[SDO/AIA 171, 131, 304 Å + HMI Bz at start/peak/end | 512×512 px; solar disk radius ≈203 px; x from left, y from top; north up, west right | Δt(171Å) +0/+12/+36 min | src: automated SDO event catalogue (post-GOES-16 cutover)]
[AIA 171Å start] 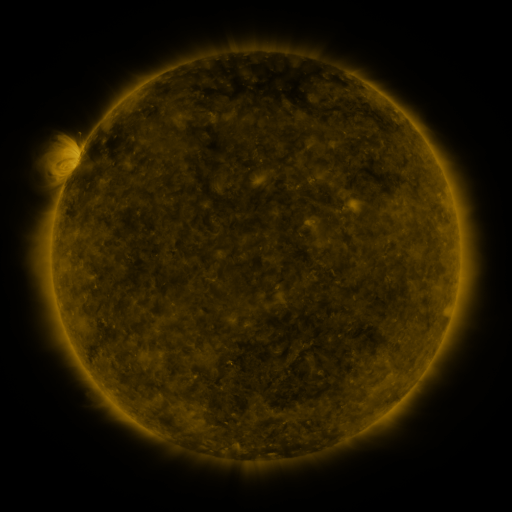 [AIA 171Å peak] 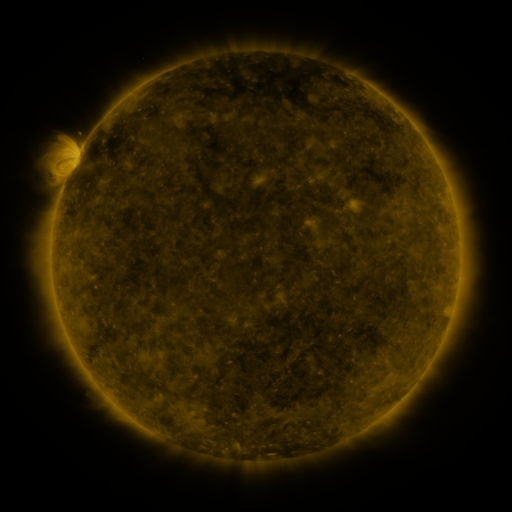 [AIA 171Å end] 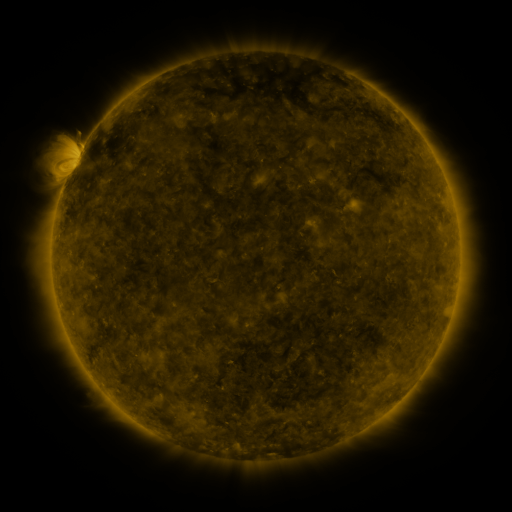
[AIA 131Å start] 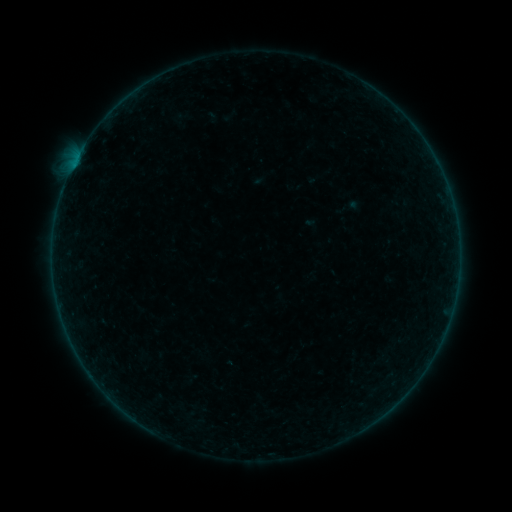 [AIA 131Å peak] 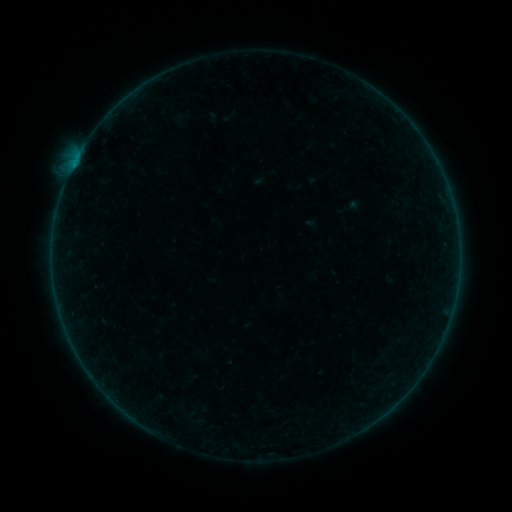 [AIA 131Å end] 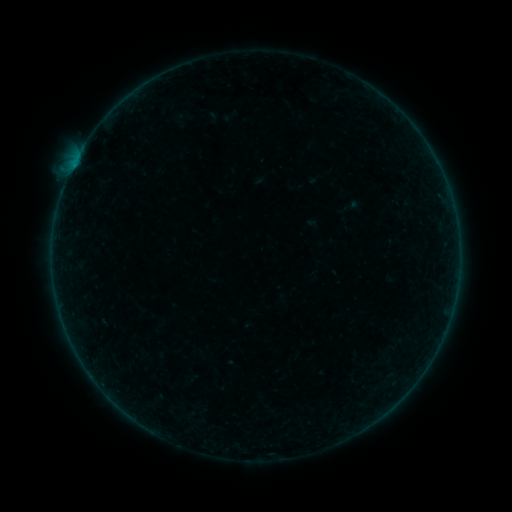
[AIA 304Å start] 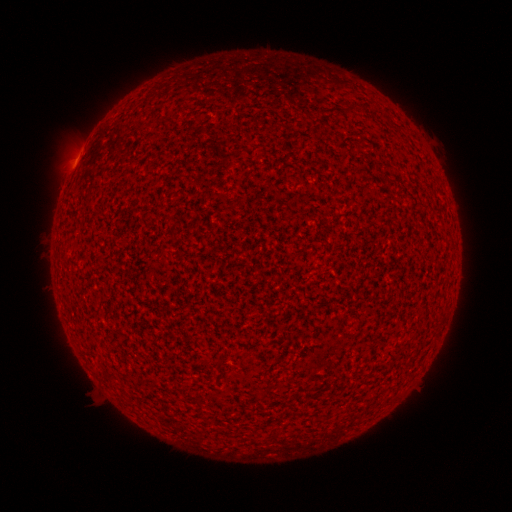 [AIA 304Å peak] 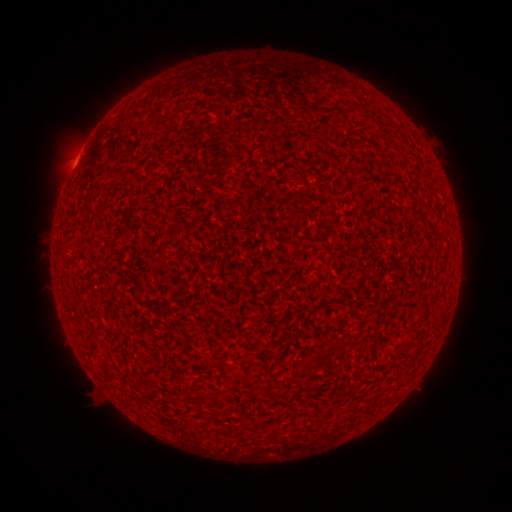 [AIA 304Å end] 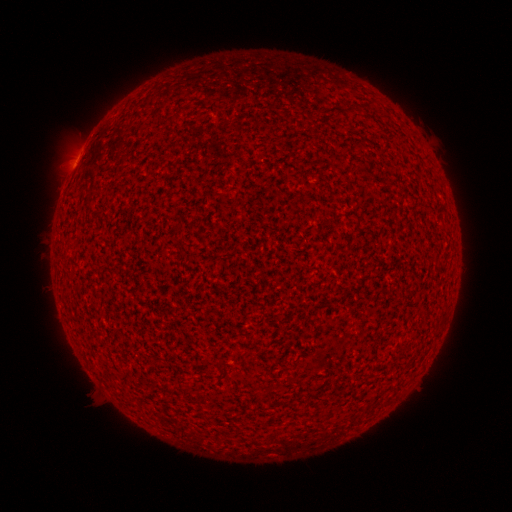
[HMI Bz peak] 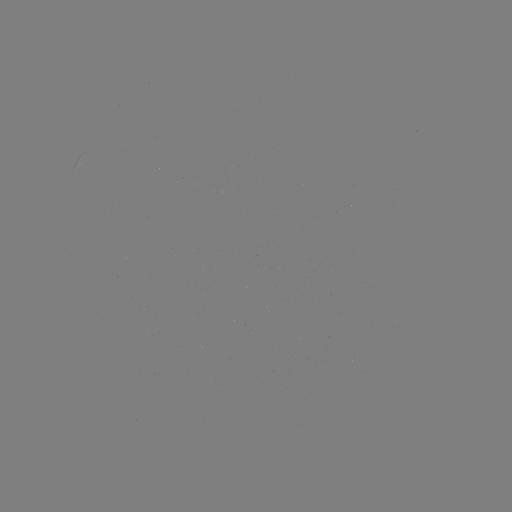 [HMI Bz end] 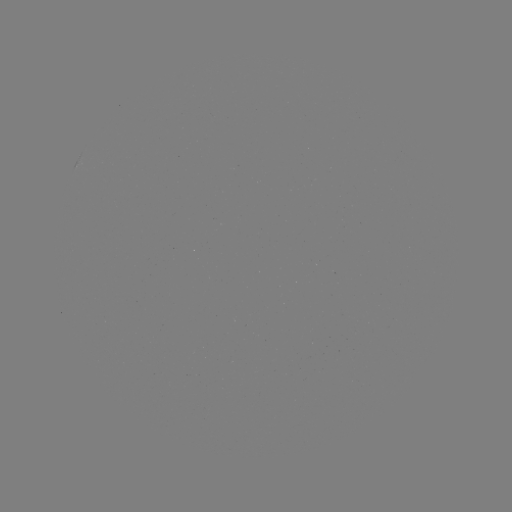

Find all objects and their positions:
B1.0 flare: (73, 169)
